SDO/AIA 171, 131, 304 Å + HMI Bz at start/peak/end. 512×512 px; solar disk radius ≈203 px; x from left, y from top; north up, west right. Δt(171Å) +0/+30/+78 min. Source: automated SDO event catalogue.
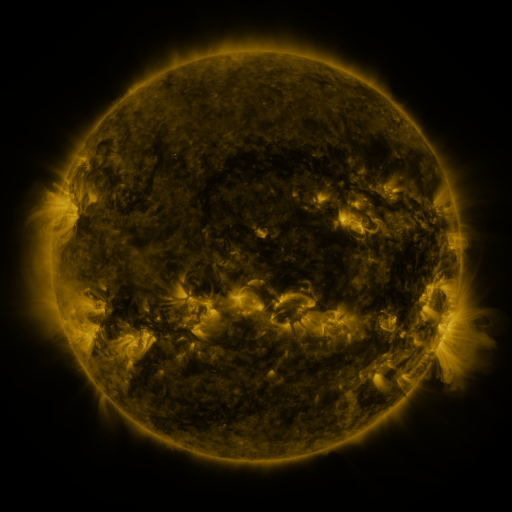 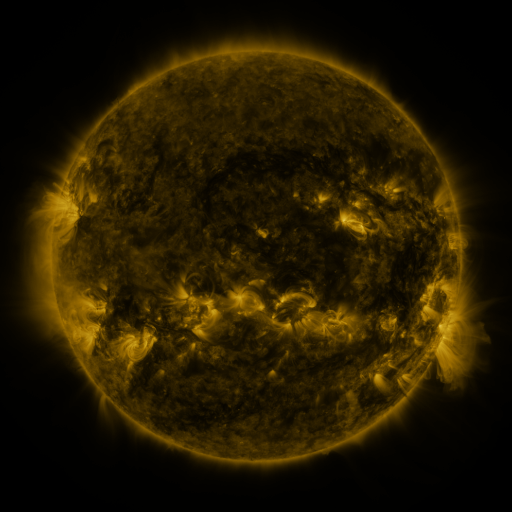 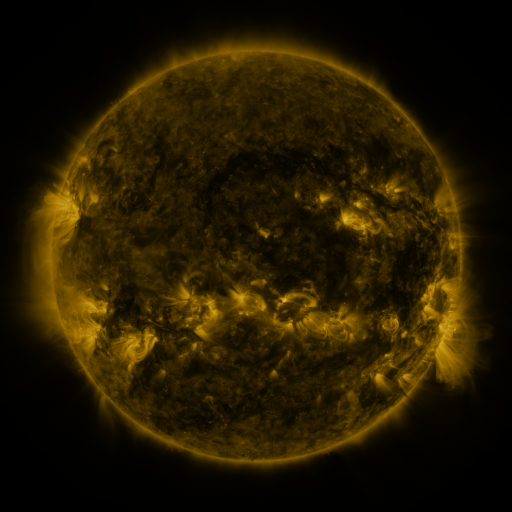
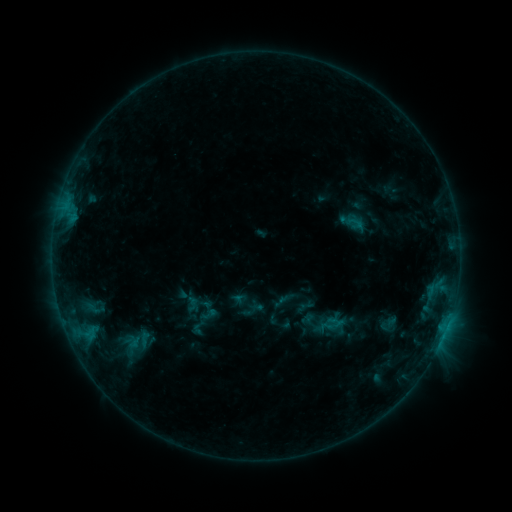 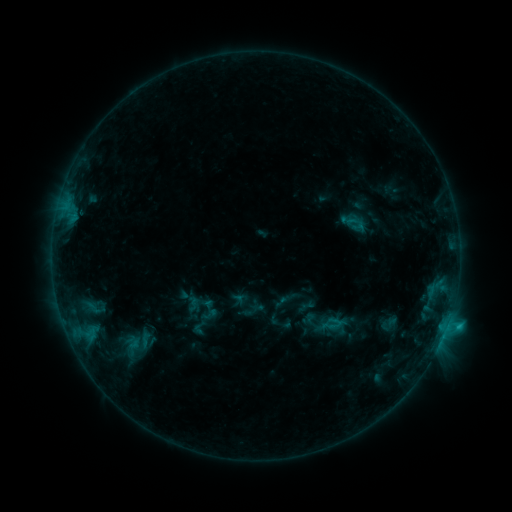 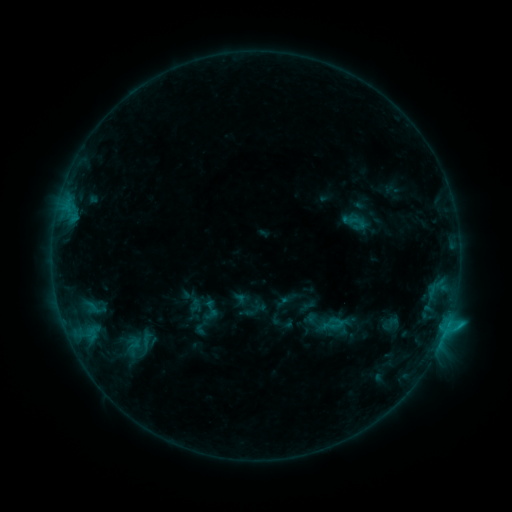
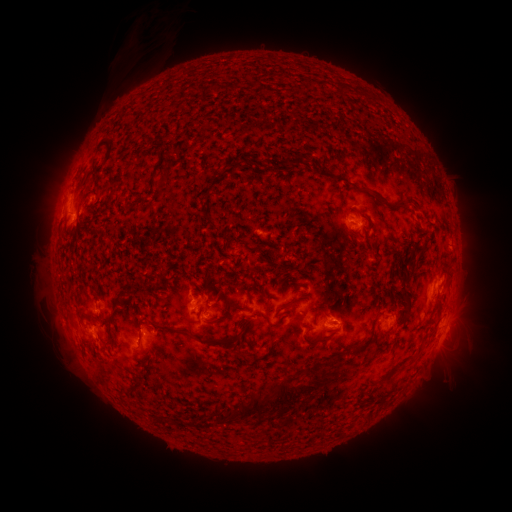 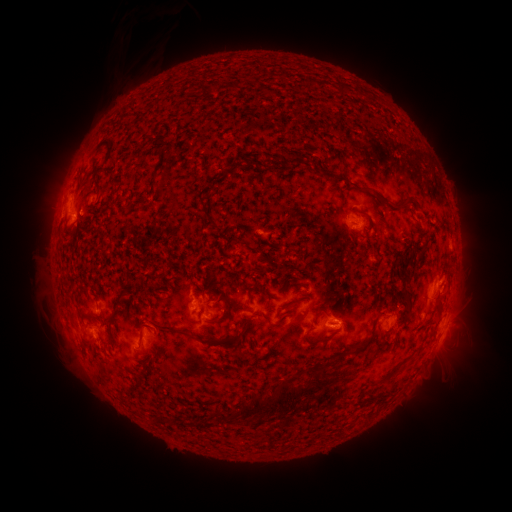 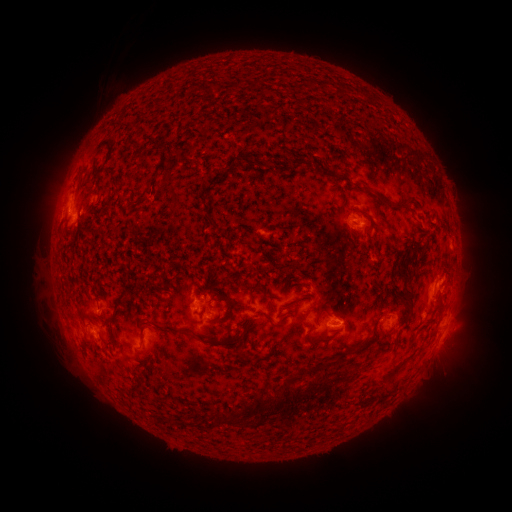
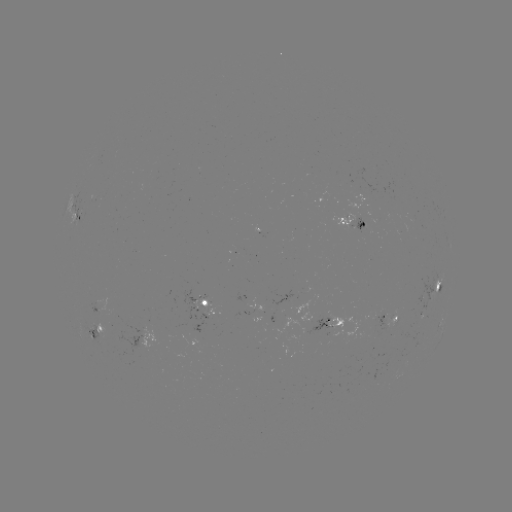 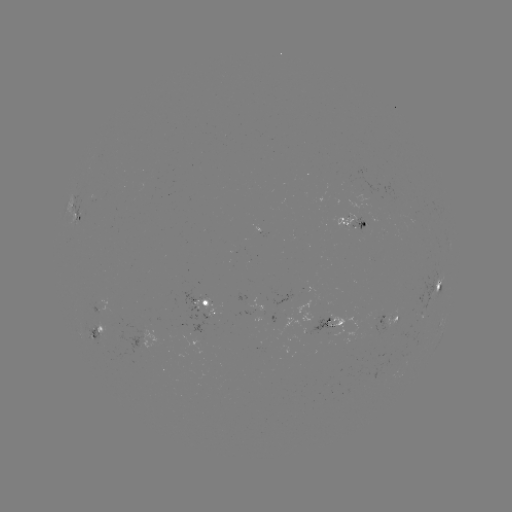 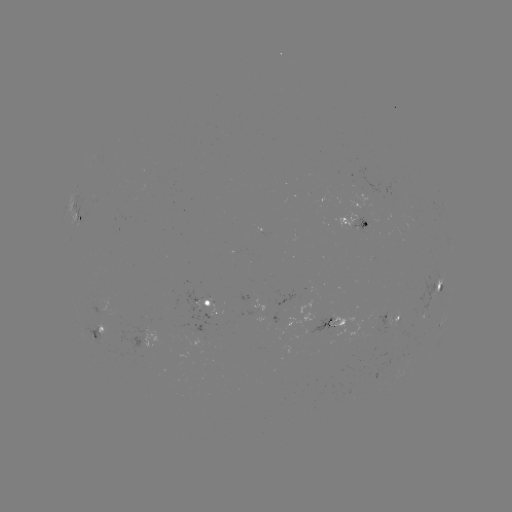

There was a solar flare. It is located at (447, 322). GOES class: C1.1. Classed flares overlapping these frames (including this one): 2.